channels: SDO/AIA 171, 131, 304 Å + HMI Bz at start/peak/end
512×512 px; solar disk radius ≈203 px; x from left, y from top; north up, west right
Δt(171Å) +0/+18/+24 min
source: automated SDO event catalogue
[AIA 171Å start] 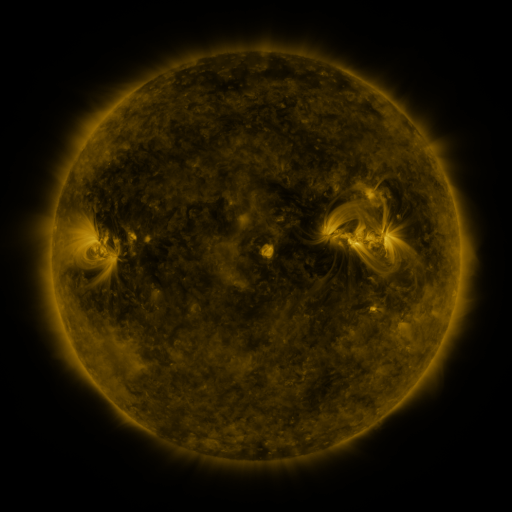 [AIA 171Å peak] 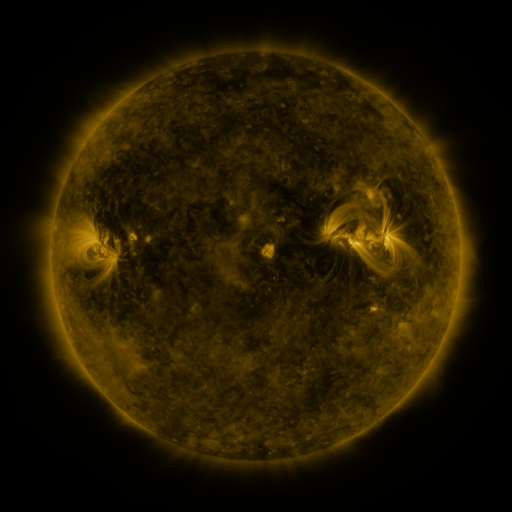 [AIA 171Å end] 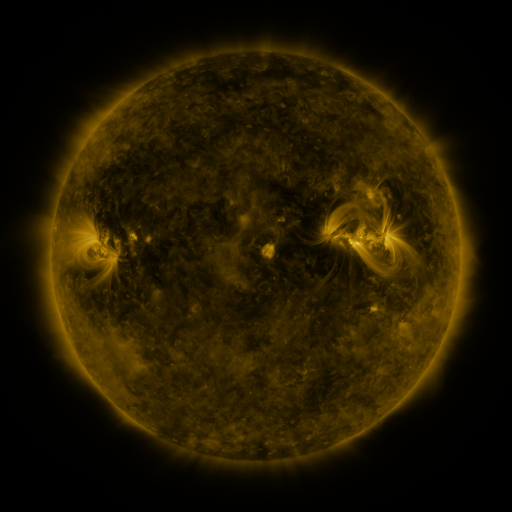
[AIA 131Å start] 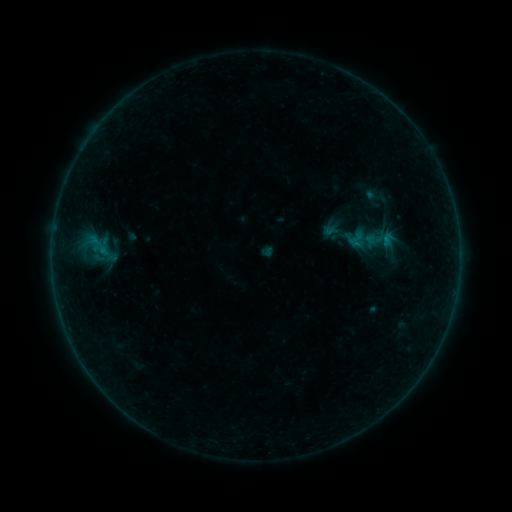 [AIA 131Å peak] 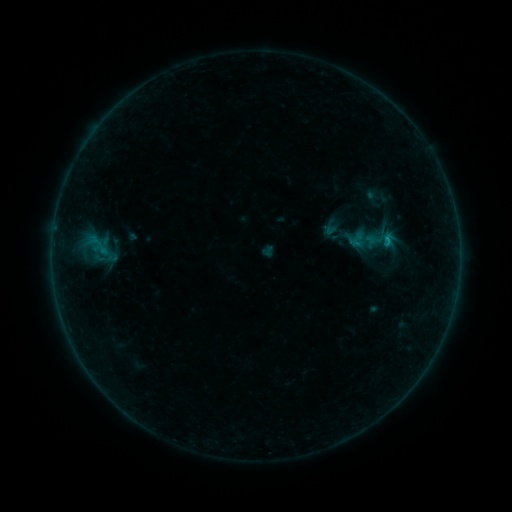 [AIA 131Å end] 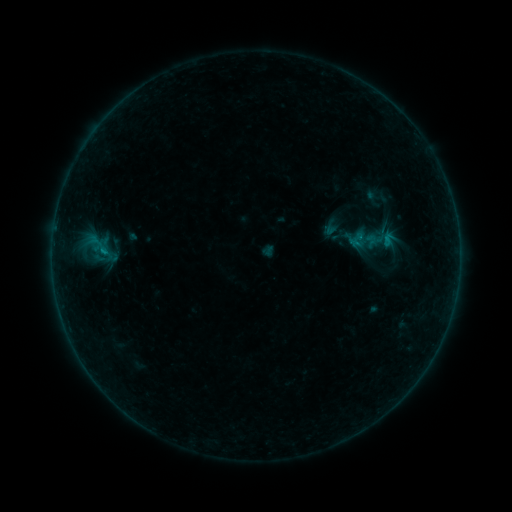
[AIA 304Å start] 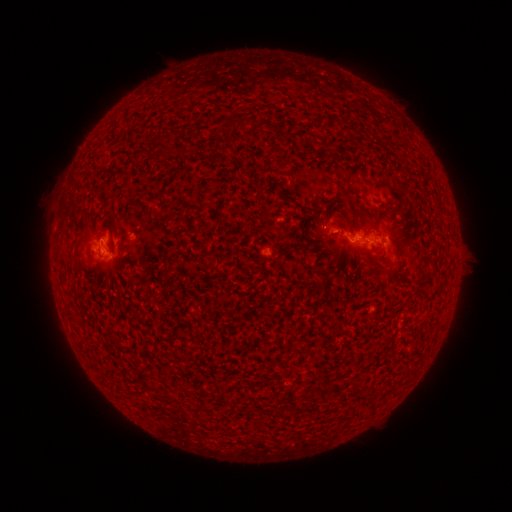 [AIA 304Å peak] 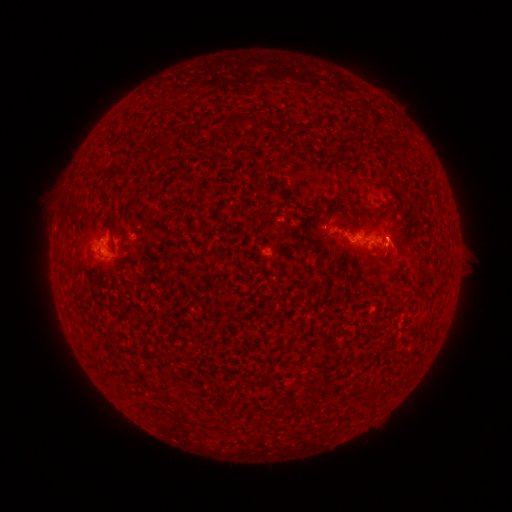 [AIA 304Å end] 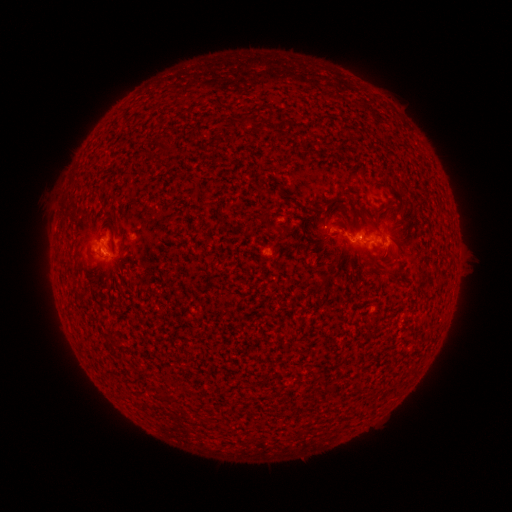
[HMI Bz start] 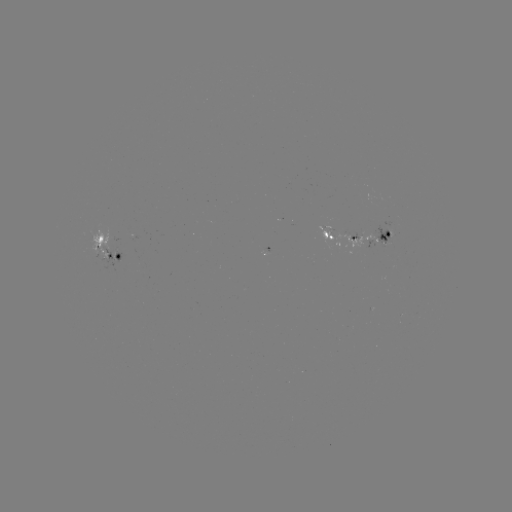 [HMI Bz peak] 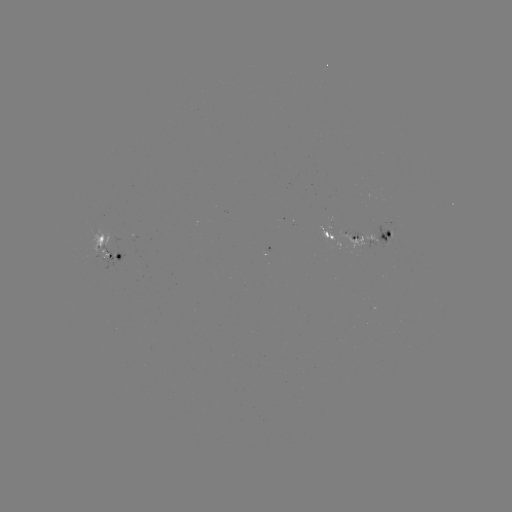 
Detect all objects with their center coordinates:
B3.0 flare: (388, 242)
